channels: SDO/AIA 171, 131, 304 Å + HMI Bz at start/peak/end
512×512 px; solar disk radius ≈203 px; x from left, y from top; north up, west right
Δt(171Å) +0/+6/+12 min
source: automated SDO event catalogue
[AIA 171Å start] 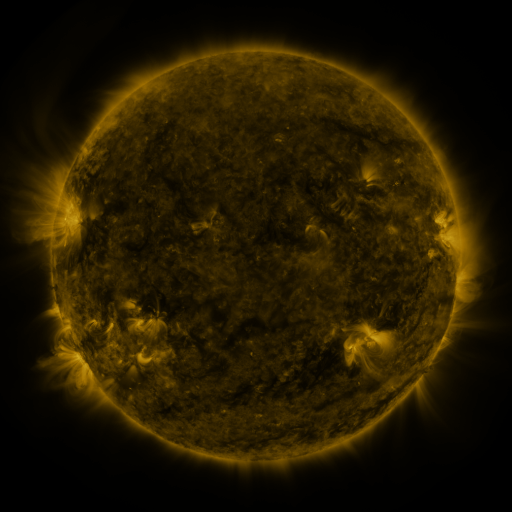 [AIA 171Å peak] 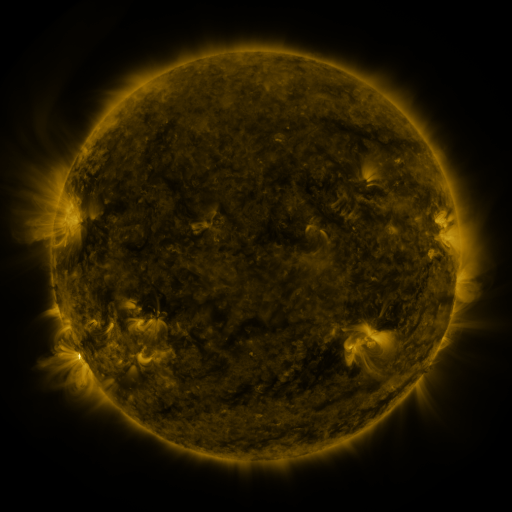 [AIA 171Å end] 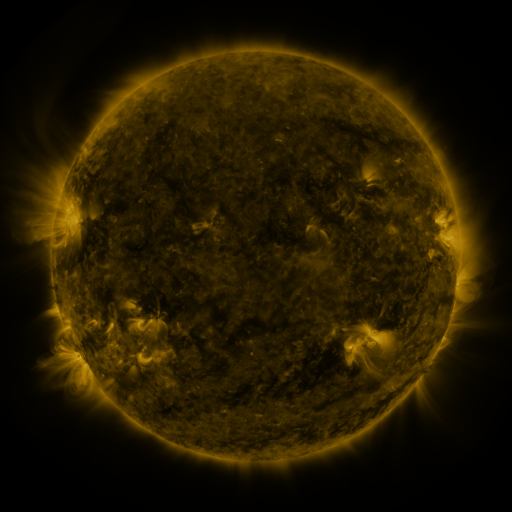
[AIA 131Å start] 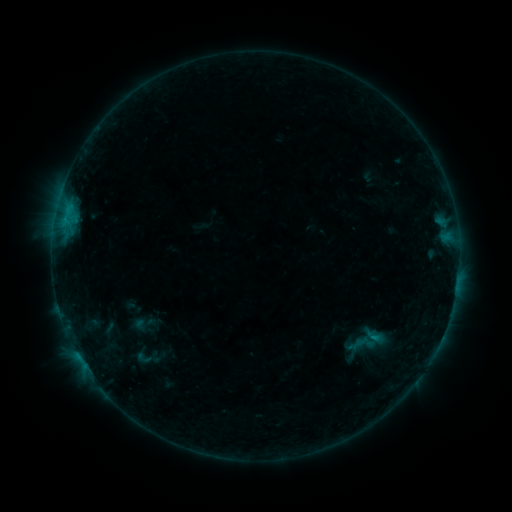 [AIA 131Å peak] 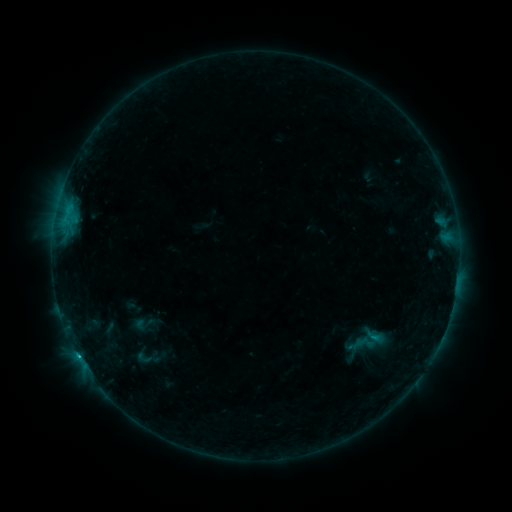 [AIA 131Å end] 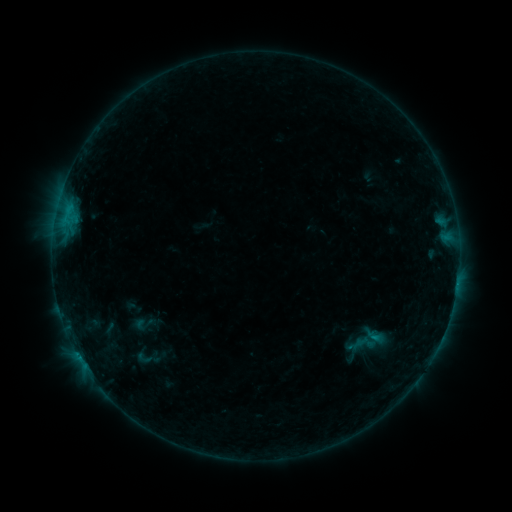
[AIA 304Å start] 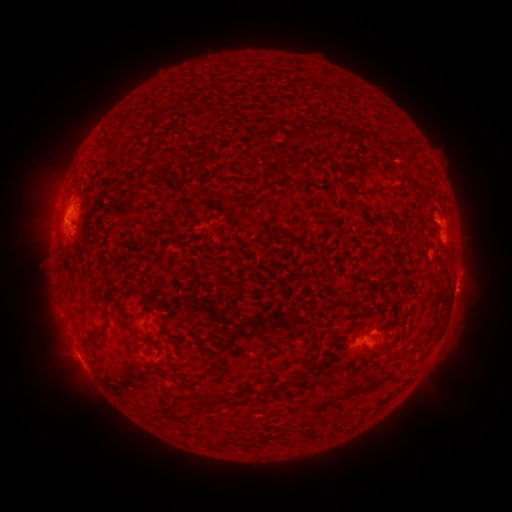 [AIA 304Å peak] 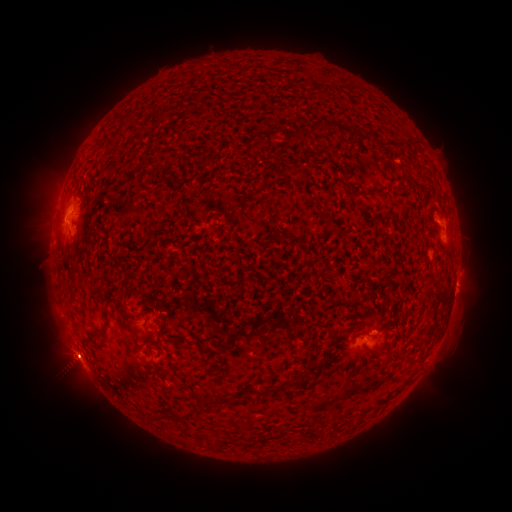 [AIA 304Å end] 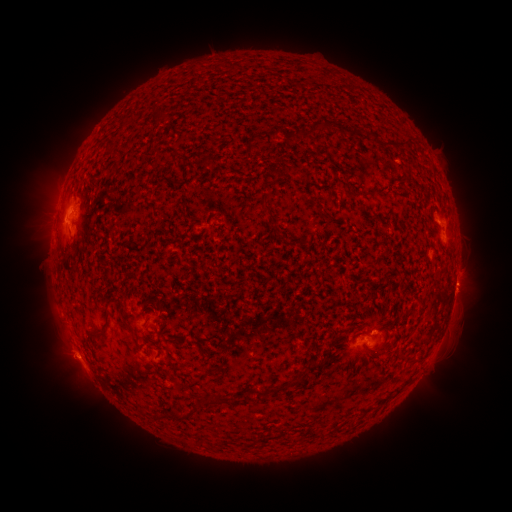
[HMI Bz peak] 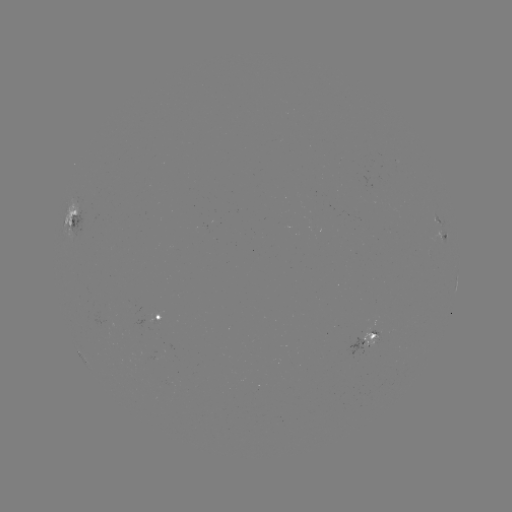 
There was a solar flare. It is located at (78, 355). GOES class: B7.9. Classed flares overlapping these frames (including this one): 1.